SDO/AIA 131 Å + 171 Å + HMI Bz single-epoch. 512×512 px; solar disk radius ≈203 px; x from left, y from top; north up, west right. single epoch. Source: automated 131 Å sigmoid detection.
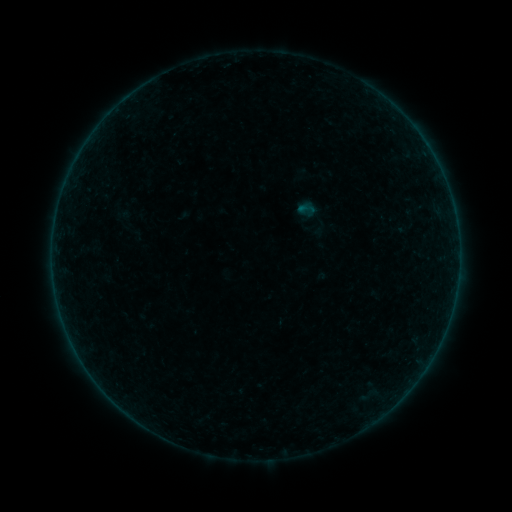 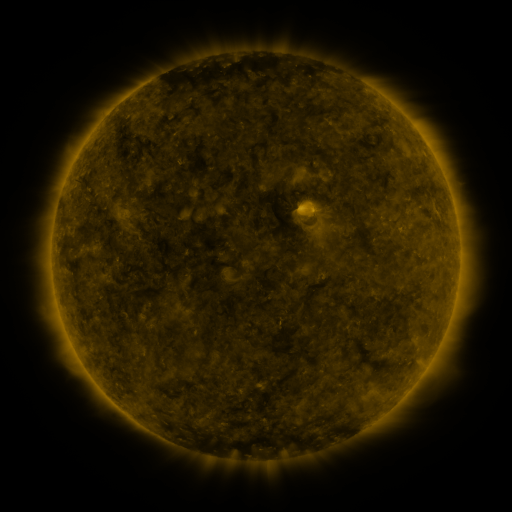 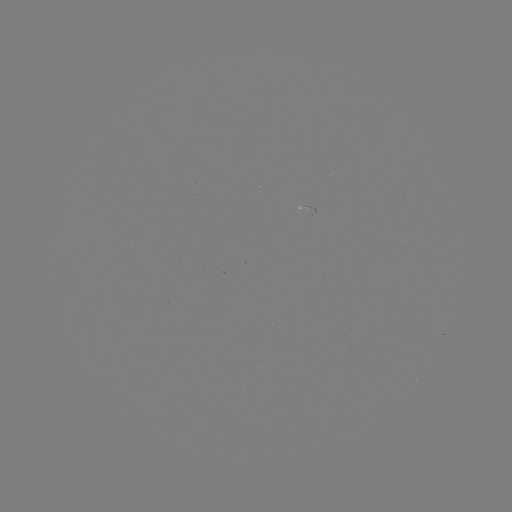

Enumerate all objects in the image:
sigmoid: (306, 209)
